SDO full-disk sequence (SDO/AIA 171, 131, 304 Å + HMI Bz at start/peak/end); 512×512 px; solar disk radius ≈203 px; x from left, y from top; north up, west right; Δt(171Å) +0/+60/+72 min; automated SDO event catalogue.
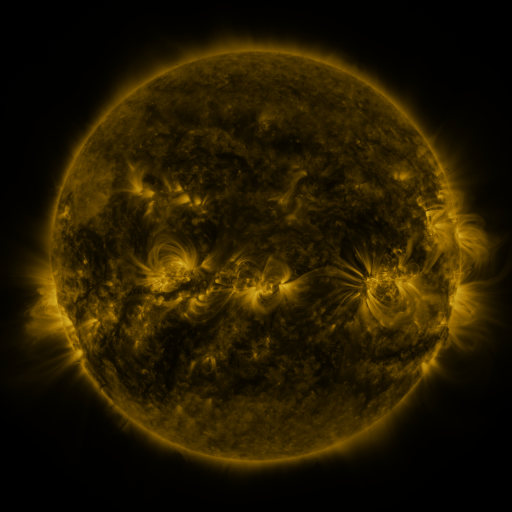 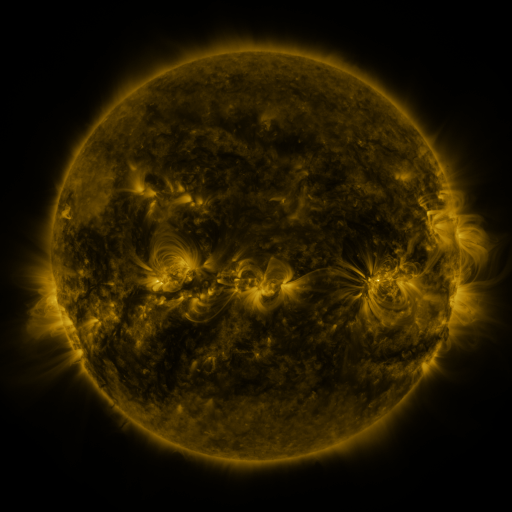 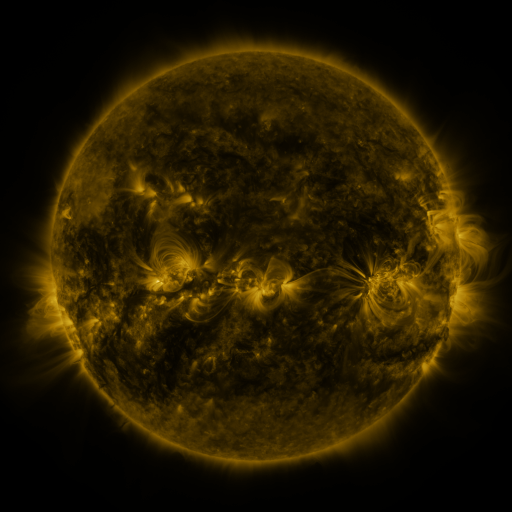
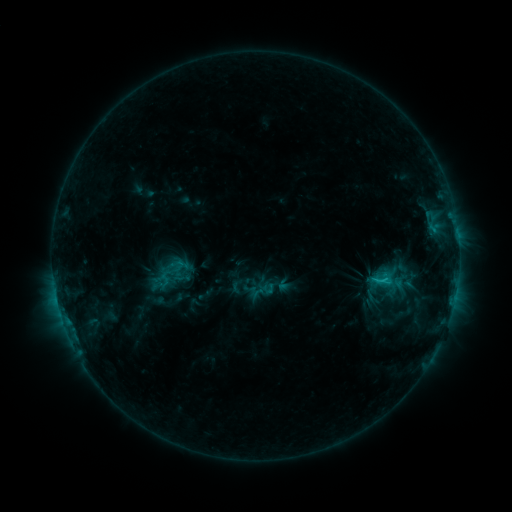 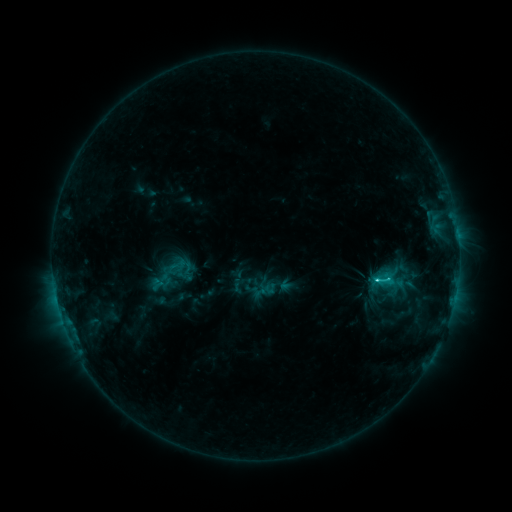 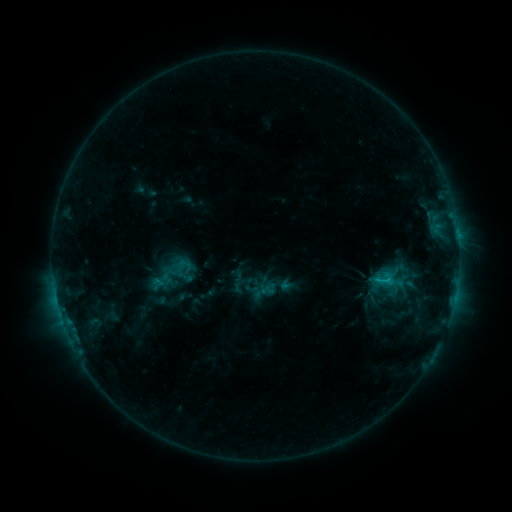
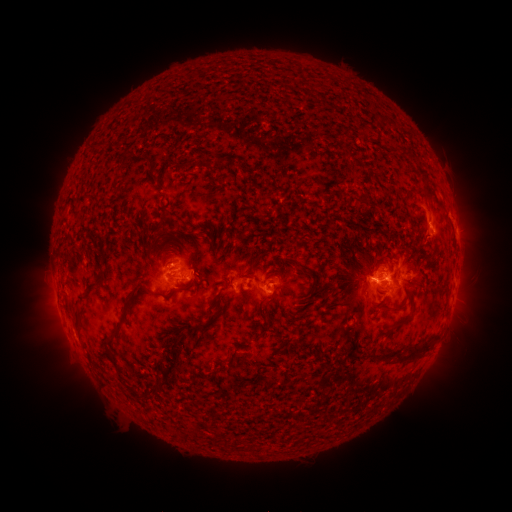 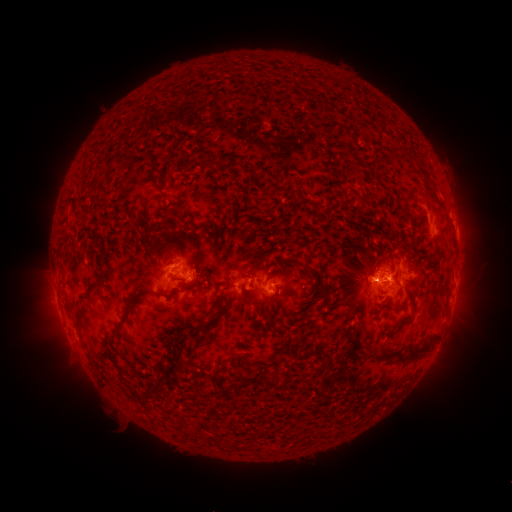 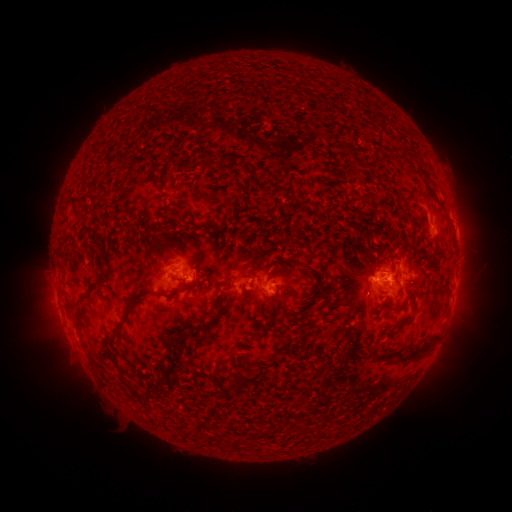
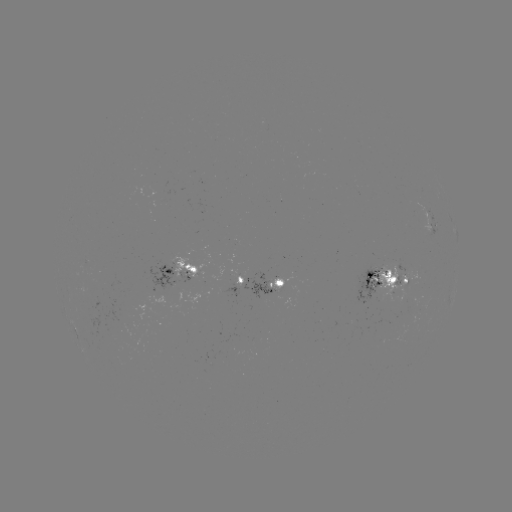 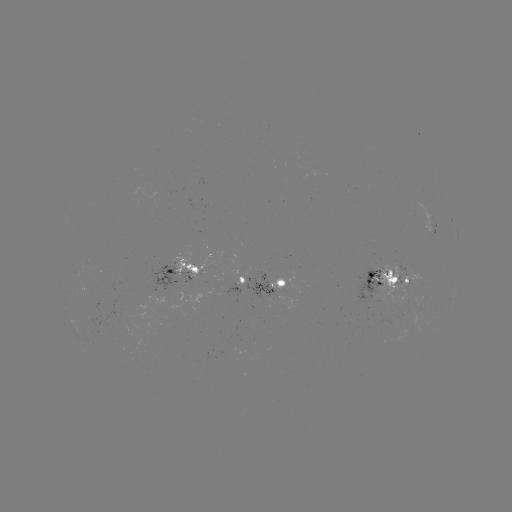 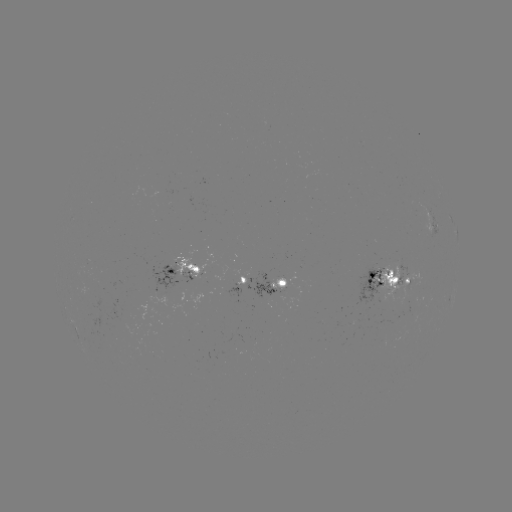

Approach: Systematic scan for emerging-flux region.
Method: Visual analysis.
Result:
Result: emerging-flux region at [373, 281].